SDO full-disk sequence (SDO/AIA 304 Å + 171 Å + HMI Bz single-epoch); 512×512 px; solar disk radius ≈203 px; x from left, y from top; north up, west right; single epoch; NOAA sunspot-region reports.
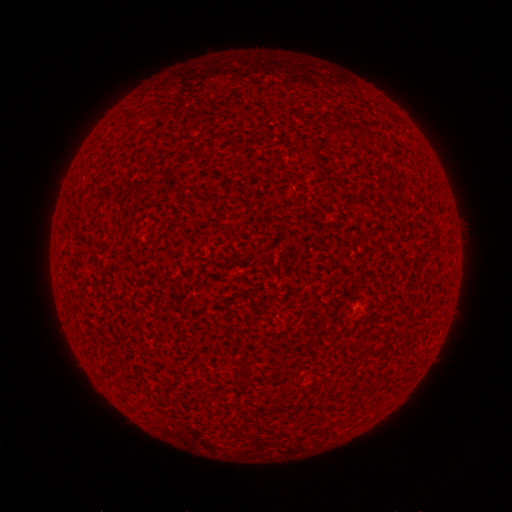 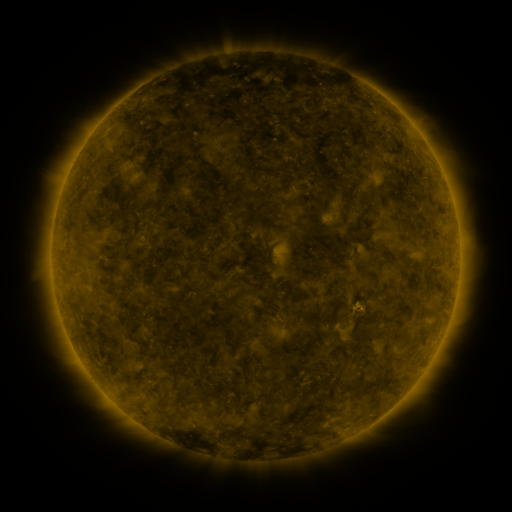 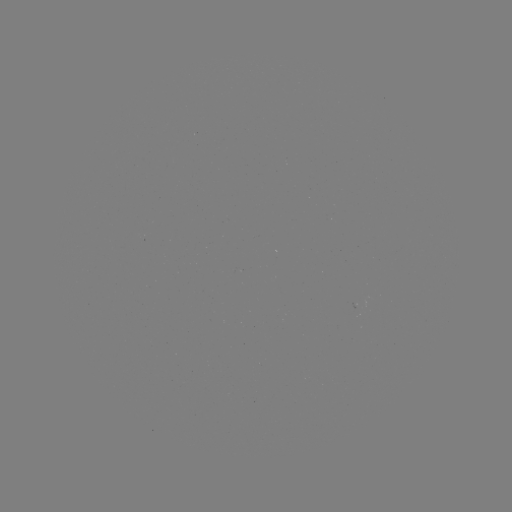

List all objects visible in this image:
(none)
